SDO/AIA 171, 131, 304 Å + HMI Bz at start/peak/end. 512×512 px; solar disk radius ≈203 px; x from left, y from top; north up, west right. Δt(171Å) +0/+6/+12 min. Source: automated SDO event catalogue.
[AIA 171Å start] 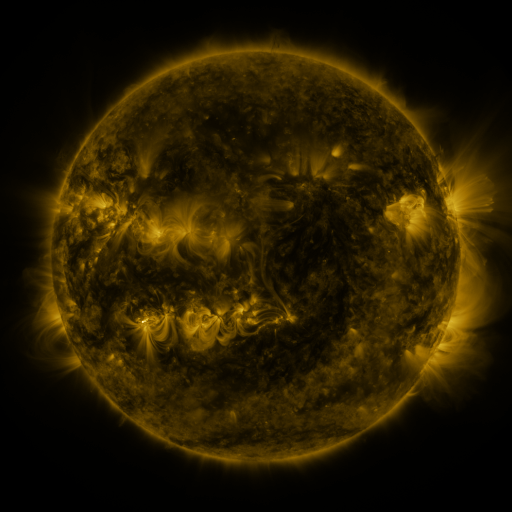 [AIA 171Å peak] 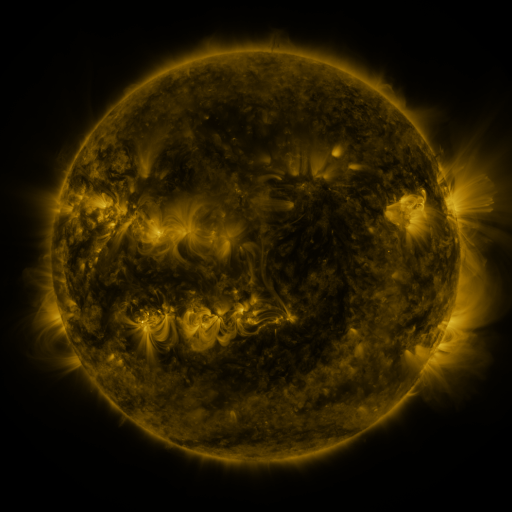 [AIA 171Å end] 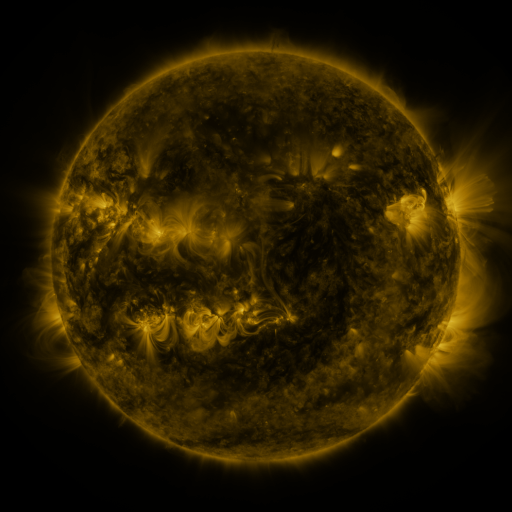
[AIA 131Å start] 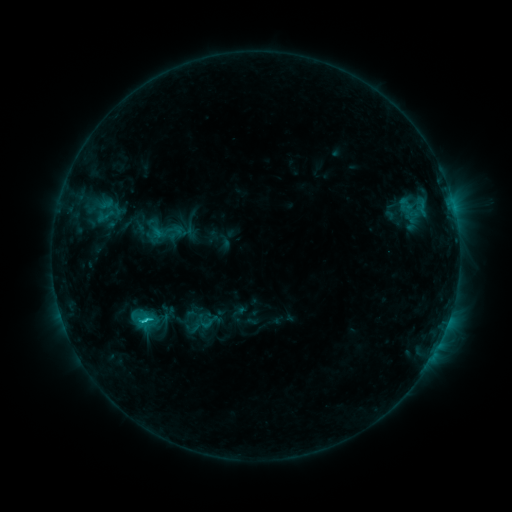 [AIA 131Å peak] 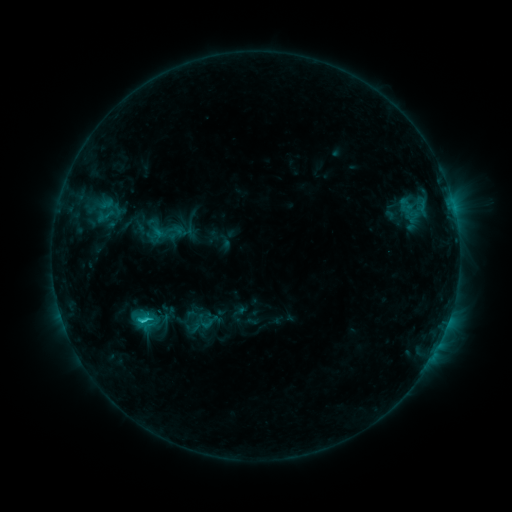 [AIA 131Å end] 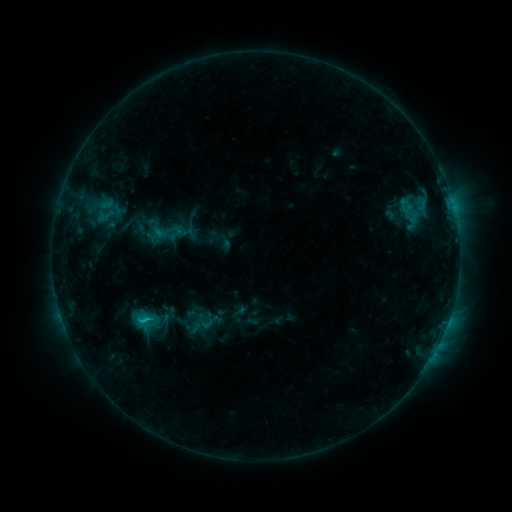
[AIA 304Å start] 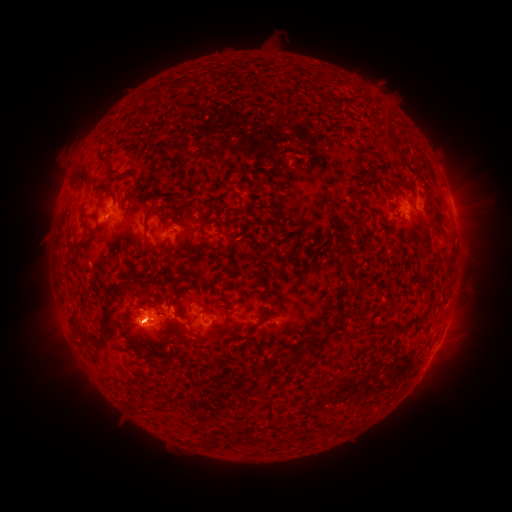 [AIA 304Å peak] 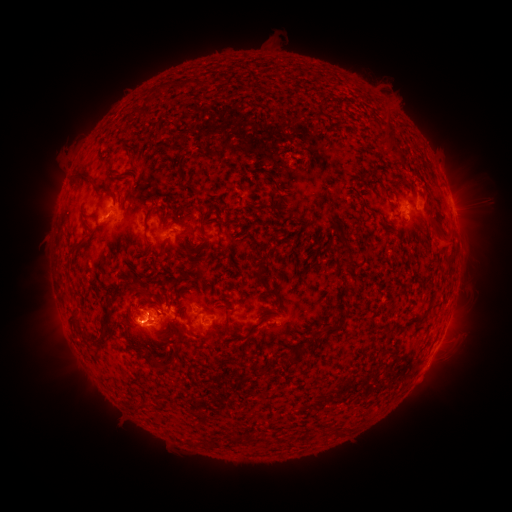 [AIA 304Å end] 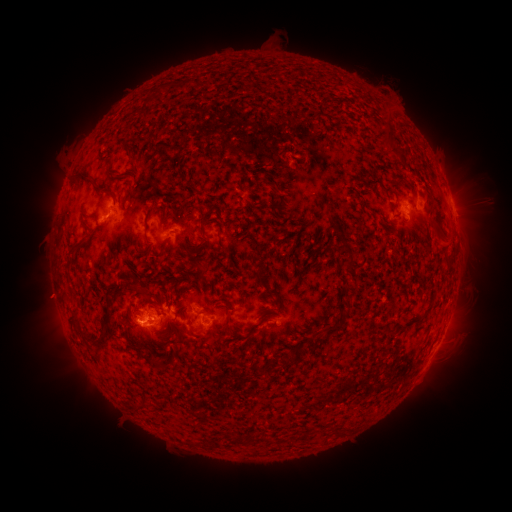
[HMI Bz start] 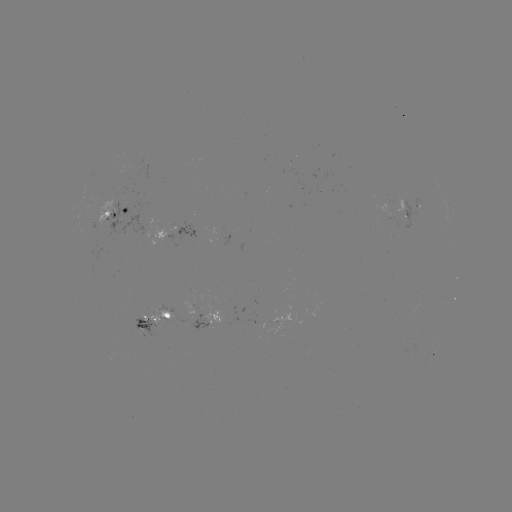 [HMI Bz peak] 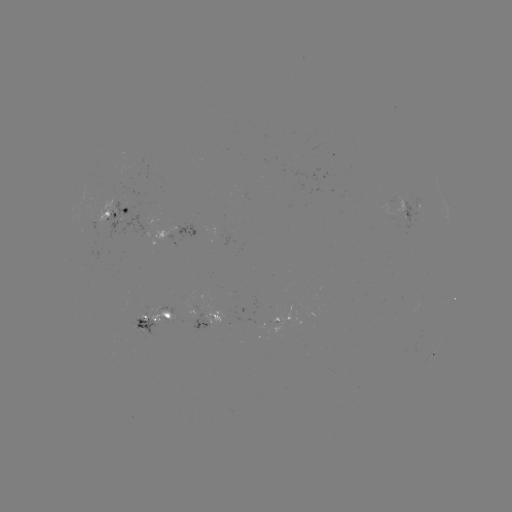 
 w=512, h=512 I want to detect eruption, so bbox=[373, 75, 398, 98].